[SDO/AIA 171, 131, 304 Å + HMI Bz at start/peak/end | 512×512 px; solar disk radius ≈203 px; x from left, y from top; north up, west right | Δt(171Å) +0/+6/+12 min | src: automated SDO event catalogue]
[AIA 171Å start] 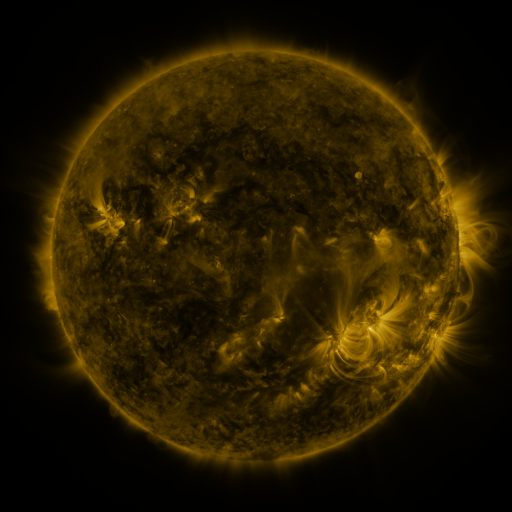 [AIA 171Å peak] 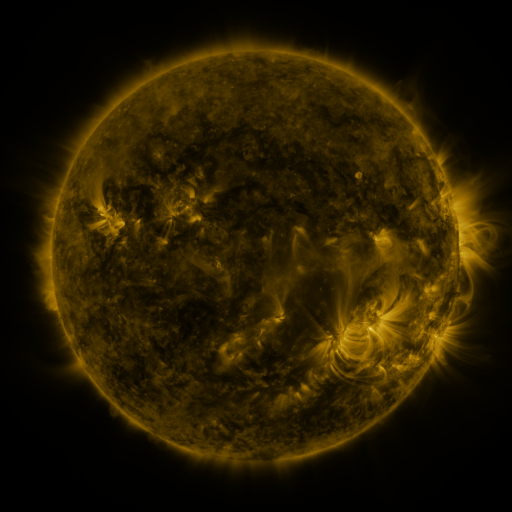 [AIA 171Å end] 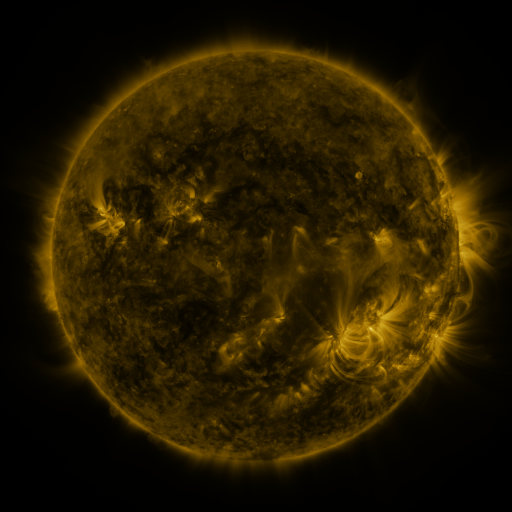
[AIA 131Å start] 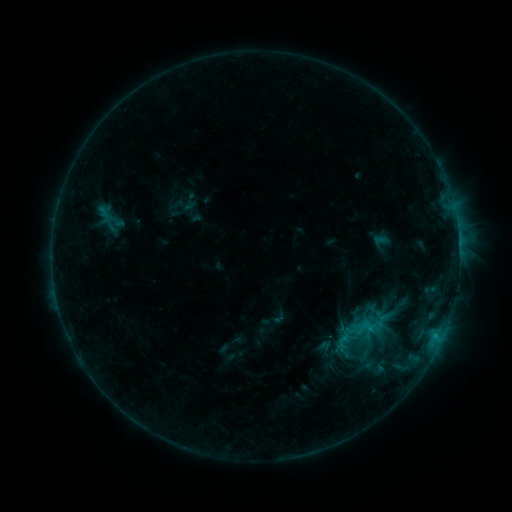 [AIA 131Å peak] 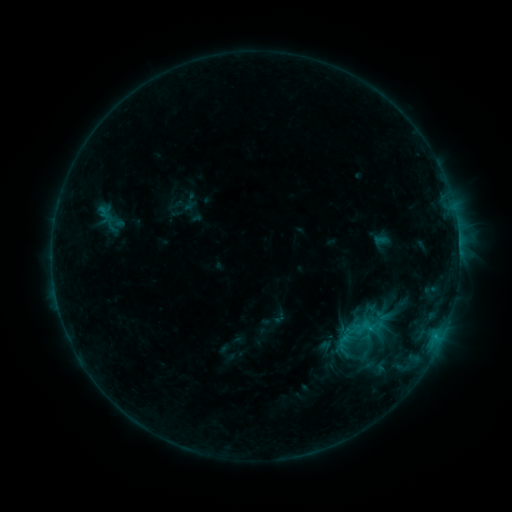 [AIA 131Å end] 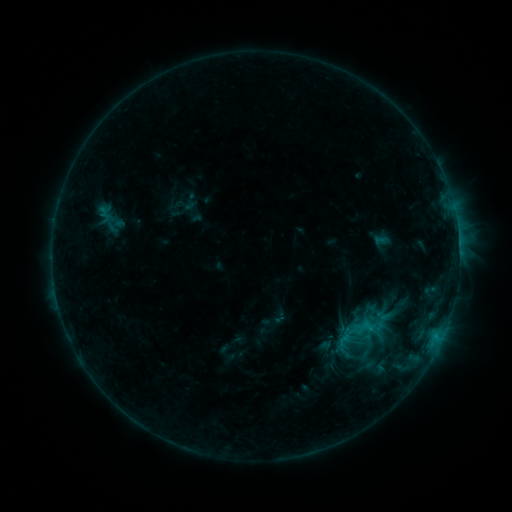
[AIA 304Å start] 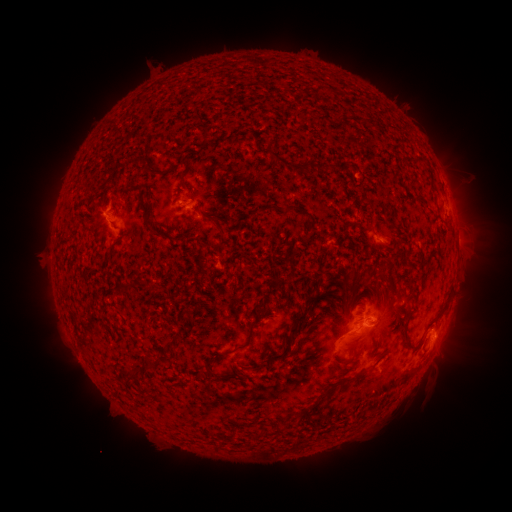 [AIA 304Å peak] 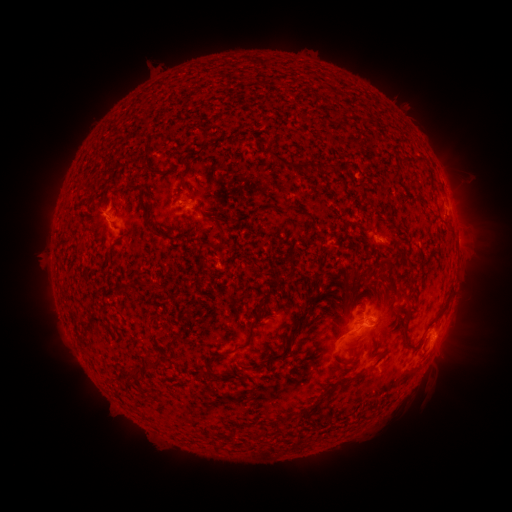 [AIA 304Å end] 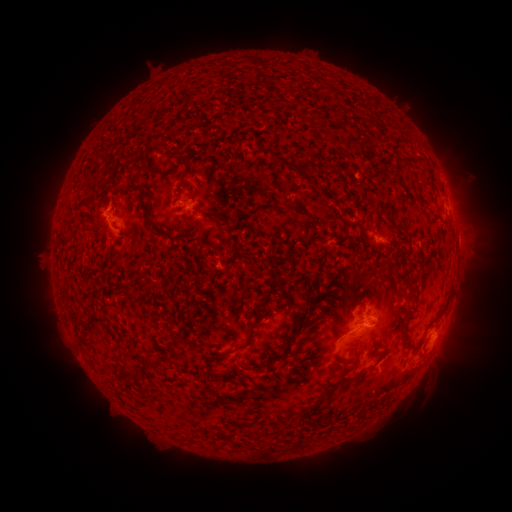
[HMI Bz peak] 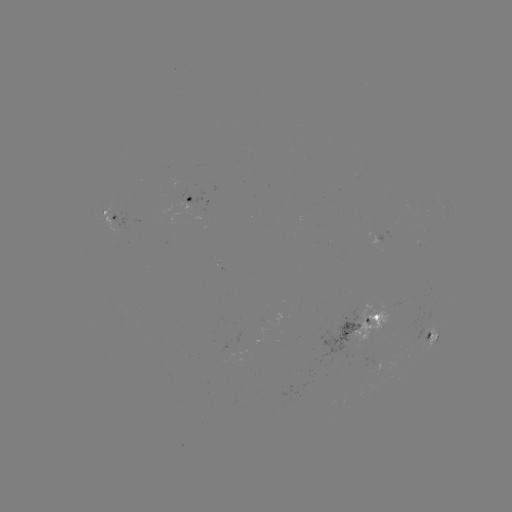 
nothing was catalogued: no classed flare, no EUV trigger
